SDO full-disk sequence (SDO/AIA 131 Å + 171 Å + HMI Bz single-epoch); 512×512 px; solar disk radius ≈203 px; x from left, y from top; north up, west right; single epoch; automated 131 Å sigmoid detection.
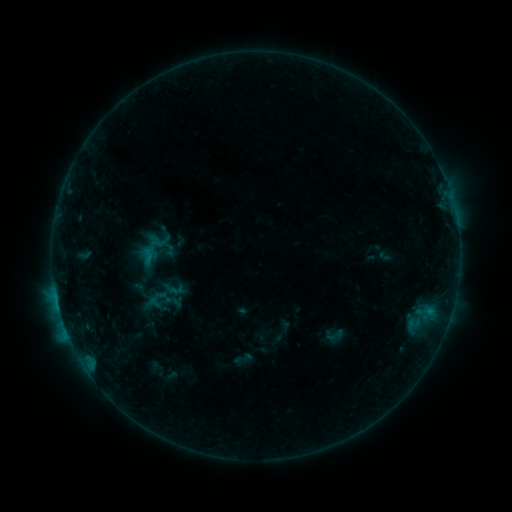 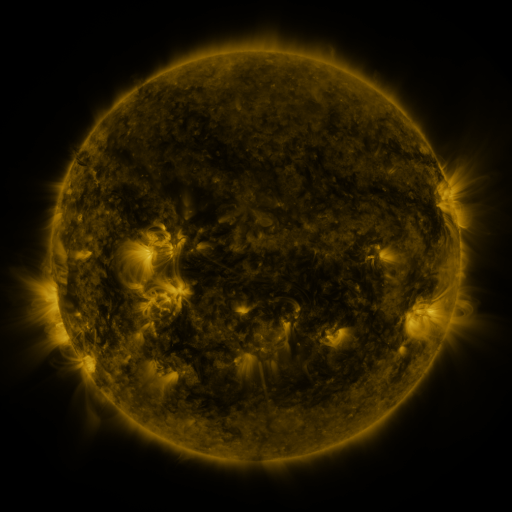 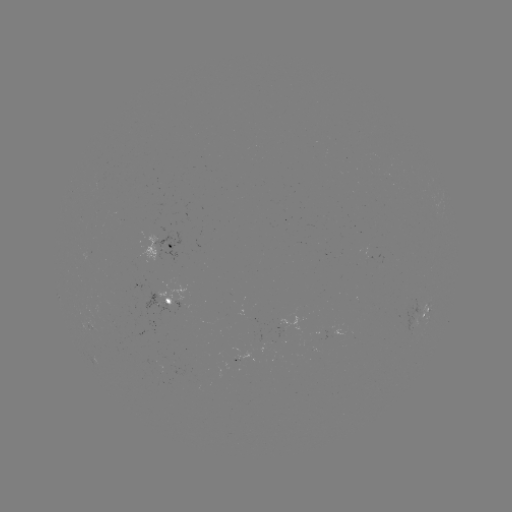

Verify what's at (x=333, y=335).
sigmoid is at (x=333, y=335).